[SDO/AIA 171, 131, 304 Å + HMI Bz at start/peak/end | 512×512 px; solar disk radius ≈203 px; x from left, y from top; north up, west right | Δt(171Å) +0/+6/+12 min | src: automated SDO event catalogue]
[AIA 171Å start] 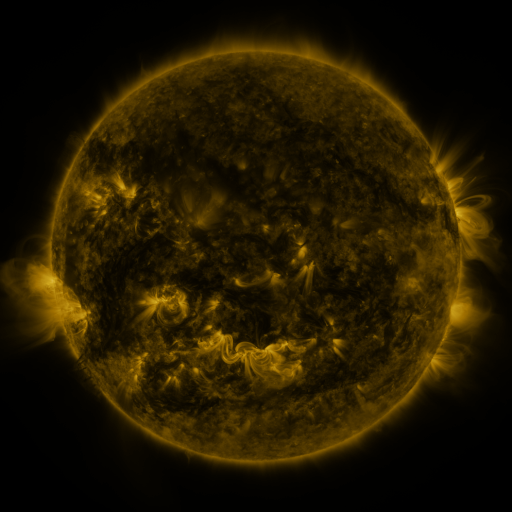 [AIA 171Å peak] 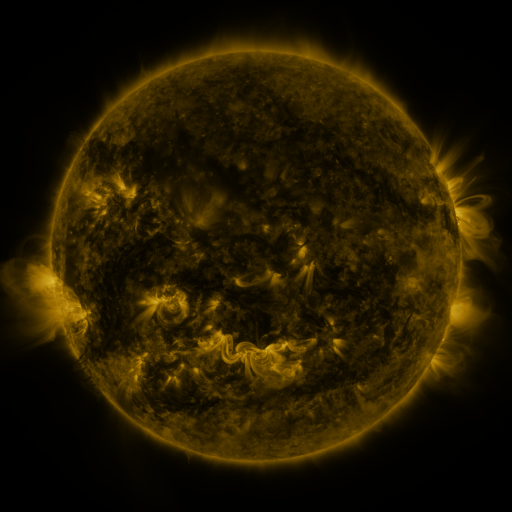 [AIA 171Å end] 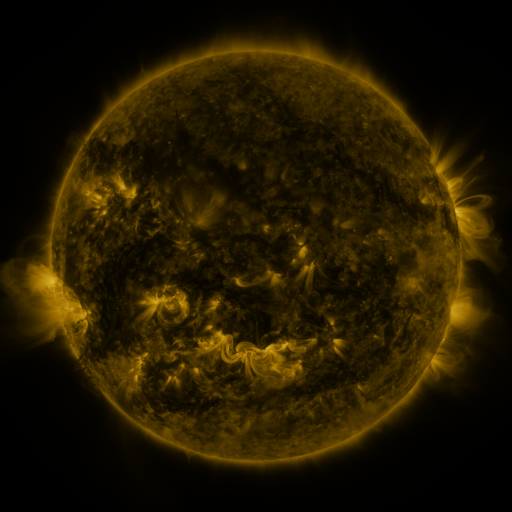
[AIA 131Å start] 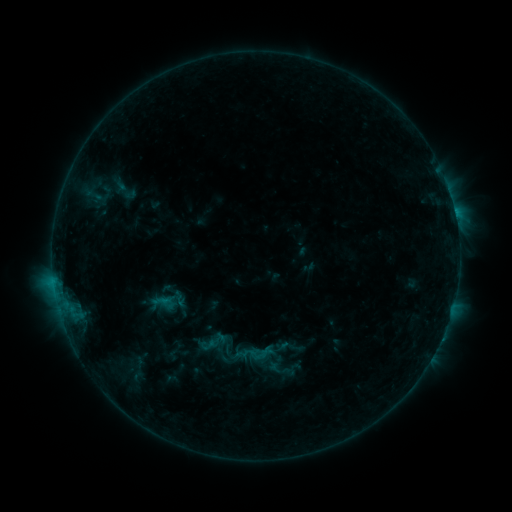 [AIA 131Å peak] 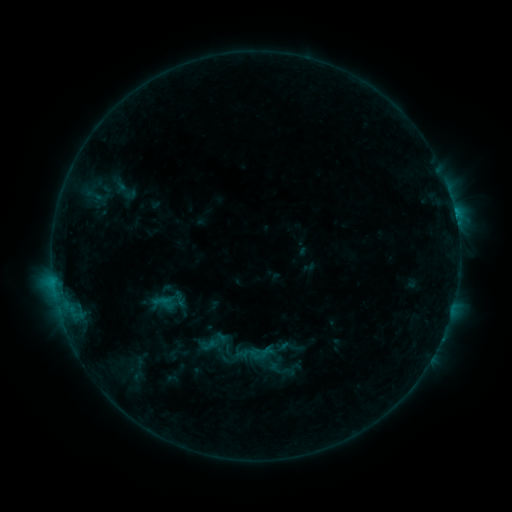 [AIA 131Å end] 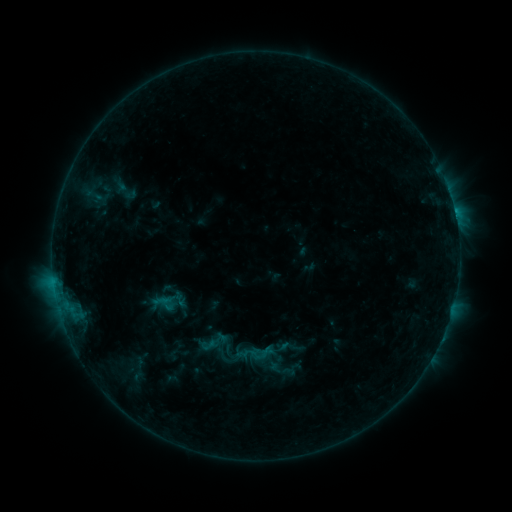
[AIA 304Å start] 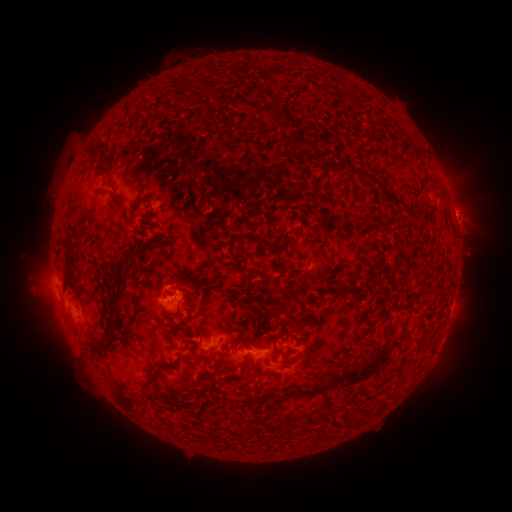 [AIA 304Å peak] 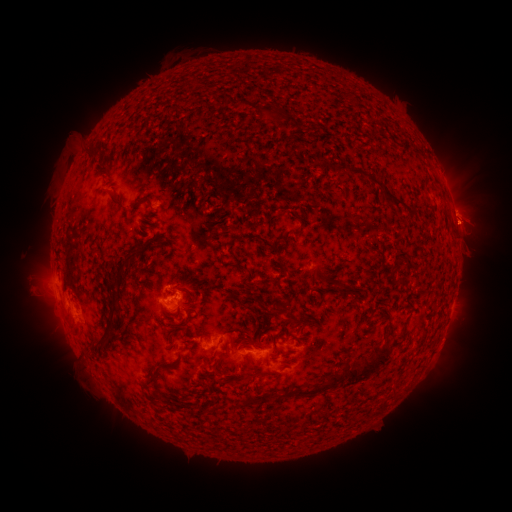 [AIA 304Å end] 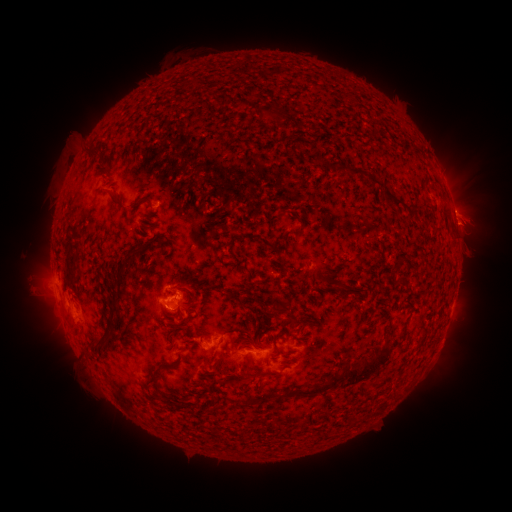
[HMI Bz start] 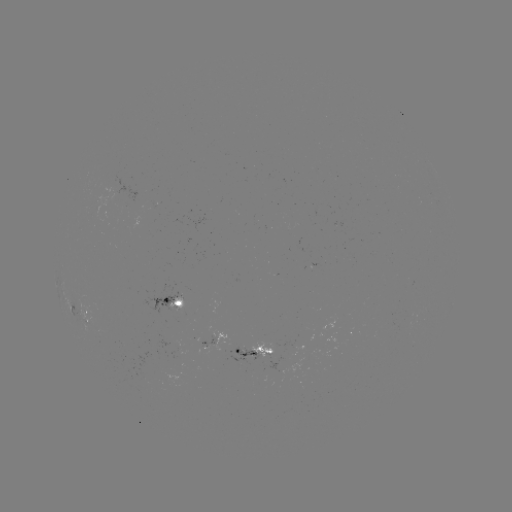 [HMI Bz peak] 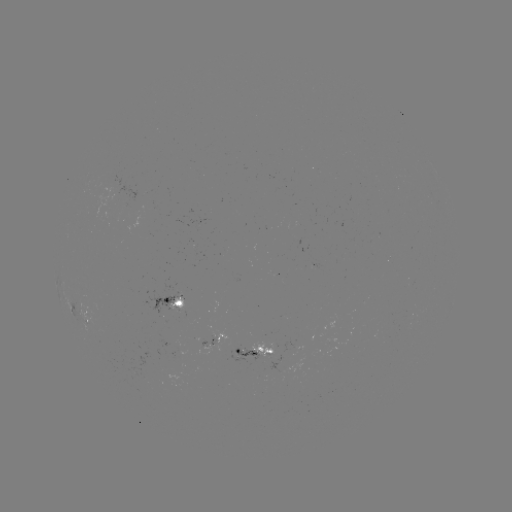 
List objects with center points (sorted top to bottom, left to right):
B9.6 flare: (456, 221)
